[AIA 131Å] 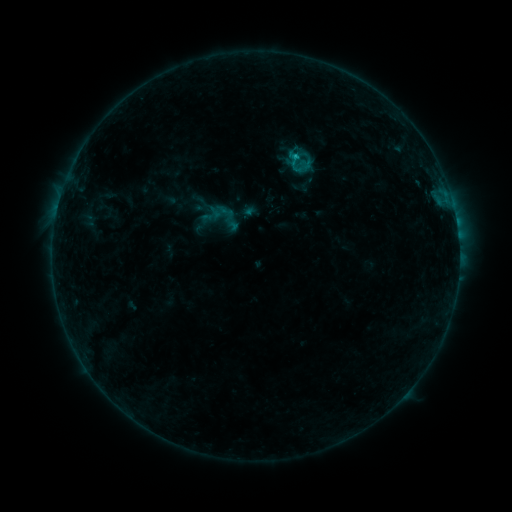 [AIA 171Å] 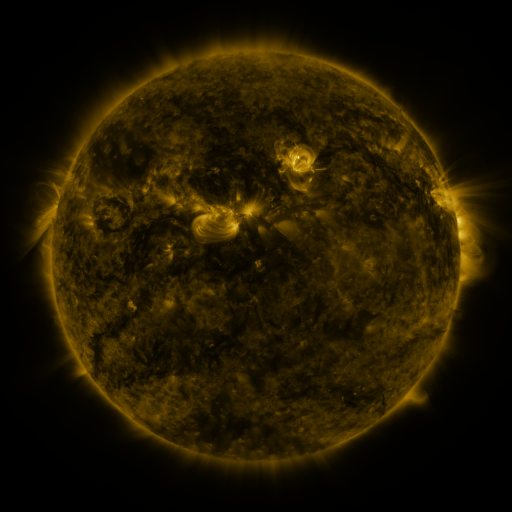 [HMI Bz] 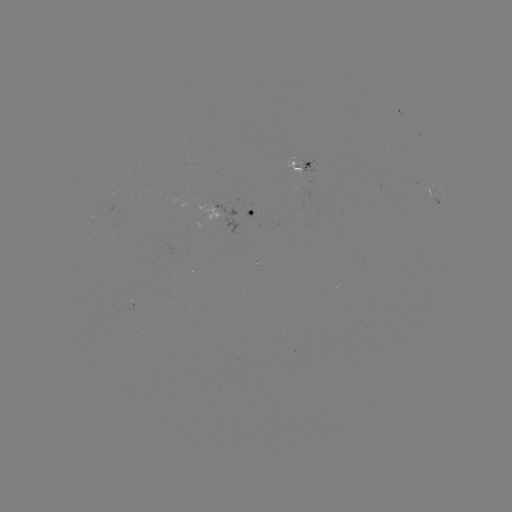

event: sigmoid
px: (223, 212)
